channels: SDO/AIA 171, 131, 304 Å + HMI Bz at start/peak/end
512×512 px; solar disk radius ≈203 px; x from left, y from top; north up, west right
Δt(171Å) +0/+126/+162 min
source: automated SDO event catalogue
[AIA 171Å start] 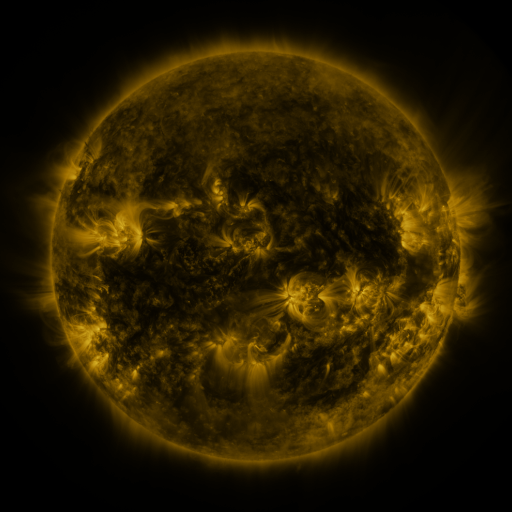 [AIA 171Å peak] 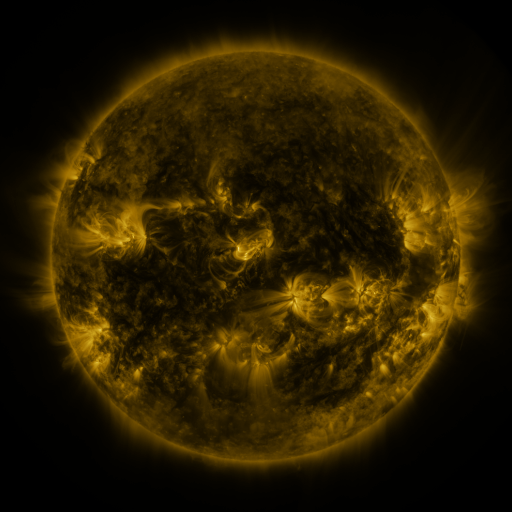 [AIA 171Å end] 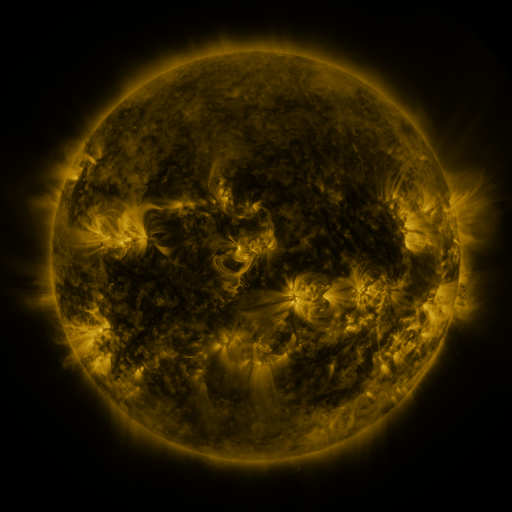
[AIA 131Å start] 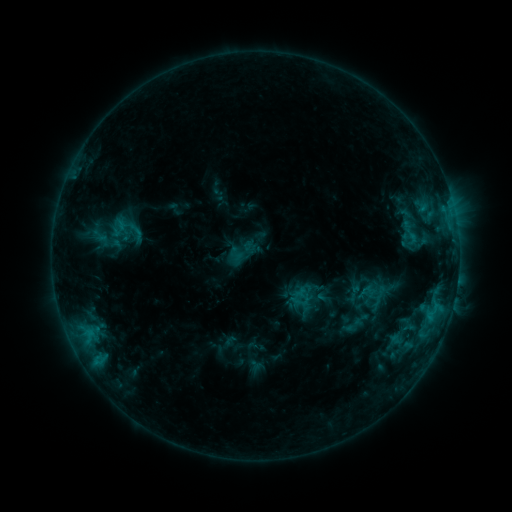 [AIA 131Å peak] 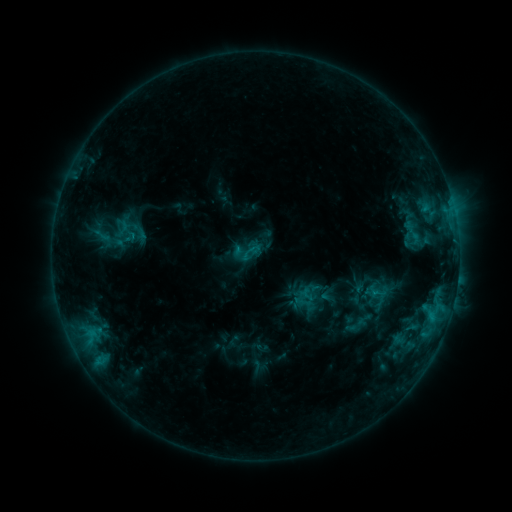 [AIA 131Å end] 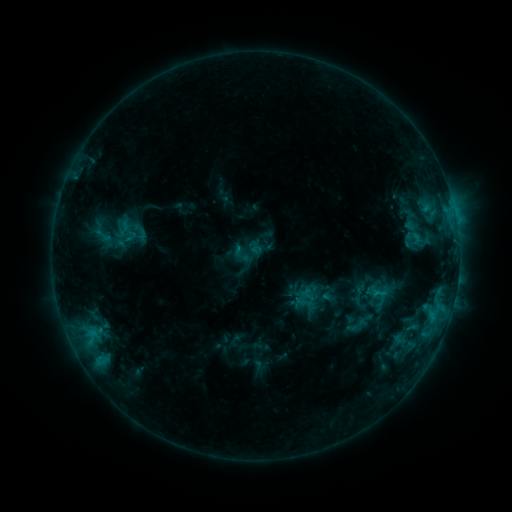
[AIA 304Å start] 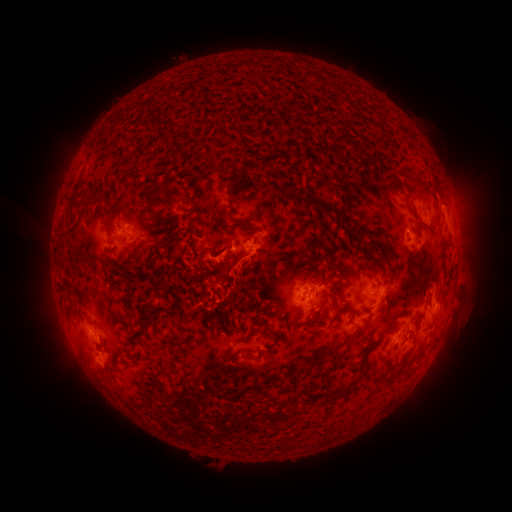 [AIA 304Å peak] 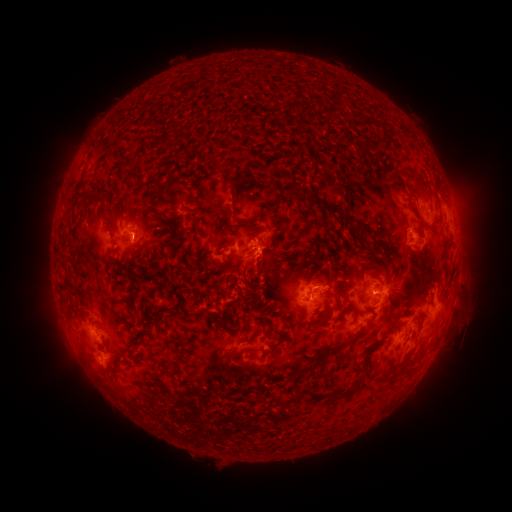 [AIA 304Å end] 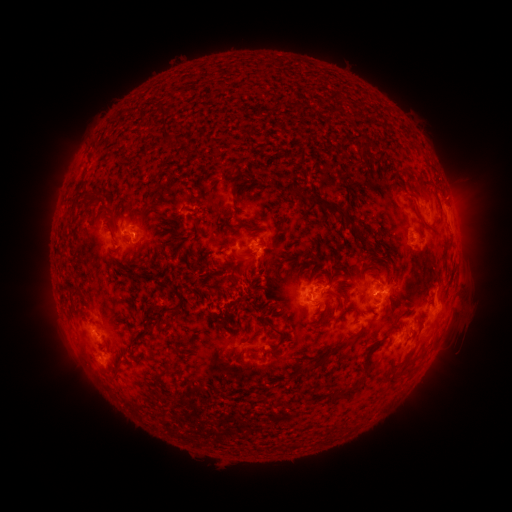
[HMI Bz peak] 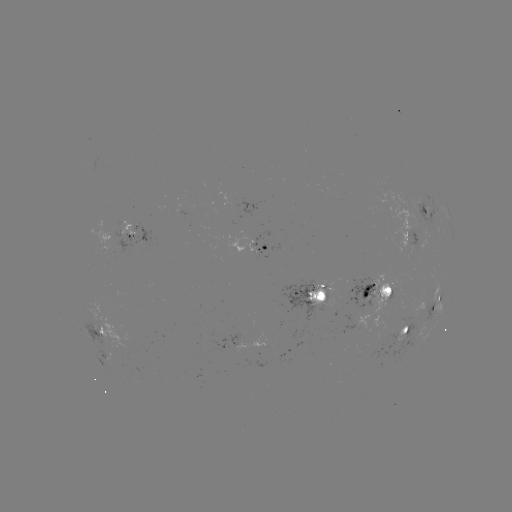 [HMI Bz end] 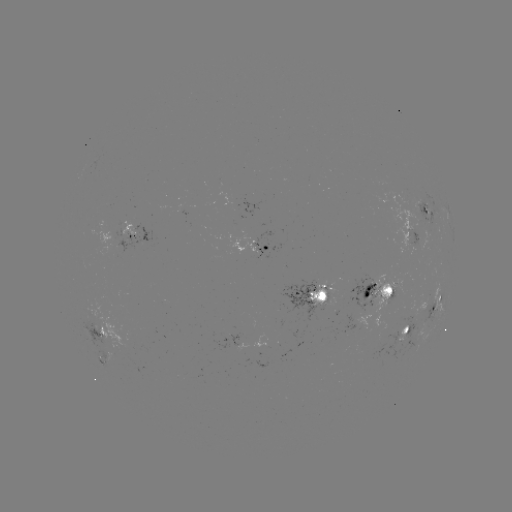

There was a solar emerging-flux region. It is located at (355, 285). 